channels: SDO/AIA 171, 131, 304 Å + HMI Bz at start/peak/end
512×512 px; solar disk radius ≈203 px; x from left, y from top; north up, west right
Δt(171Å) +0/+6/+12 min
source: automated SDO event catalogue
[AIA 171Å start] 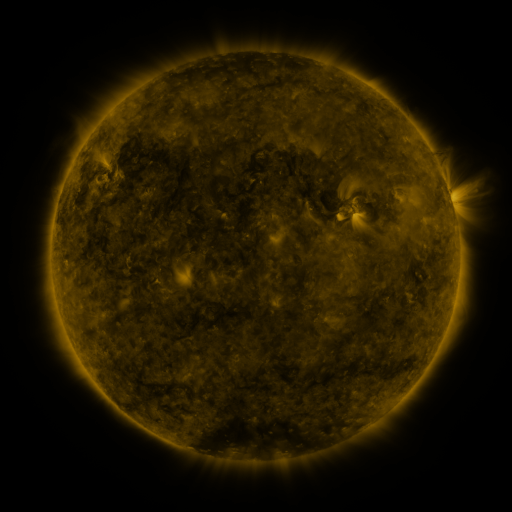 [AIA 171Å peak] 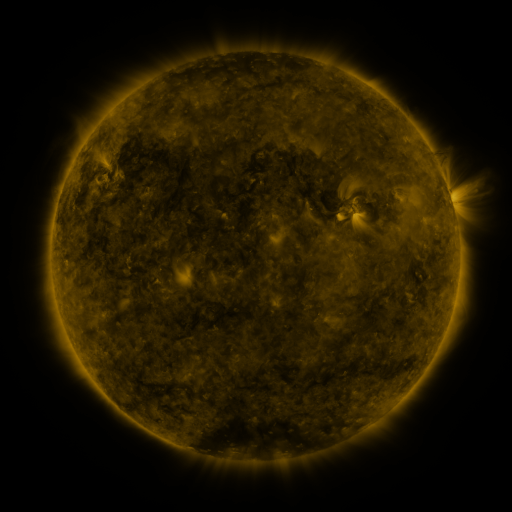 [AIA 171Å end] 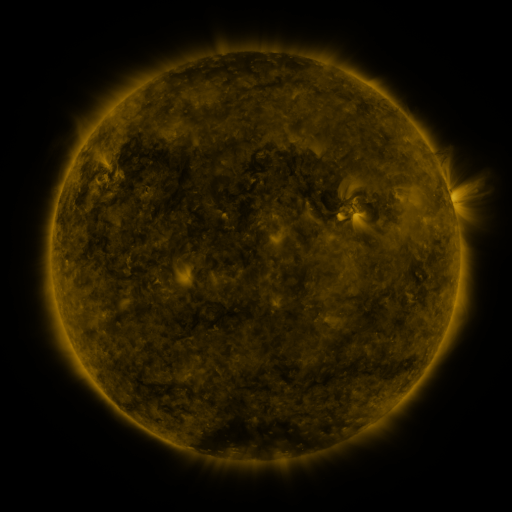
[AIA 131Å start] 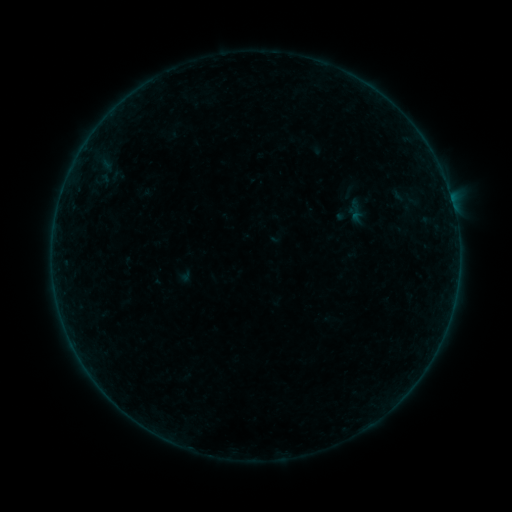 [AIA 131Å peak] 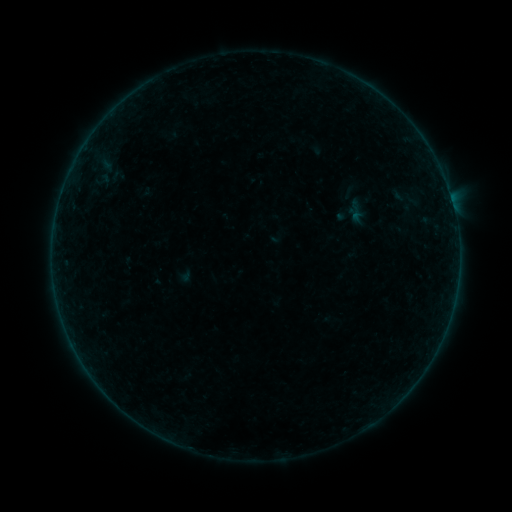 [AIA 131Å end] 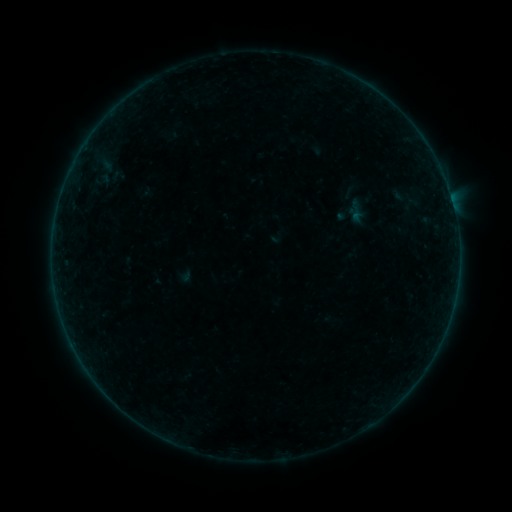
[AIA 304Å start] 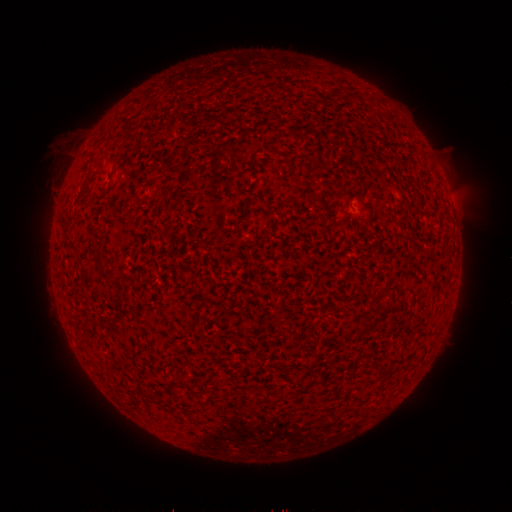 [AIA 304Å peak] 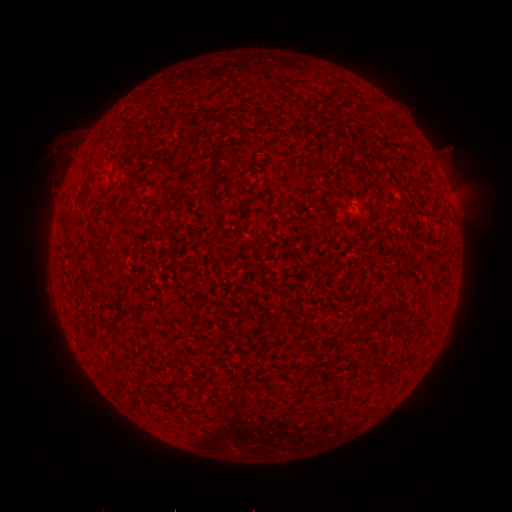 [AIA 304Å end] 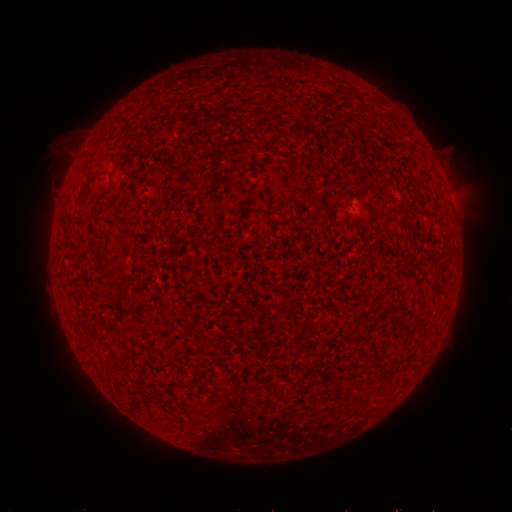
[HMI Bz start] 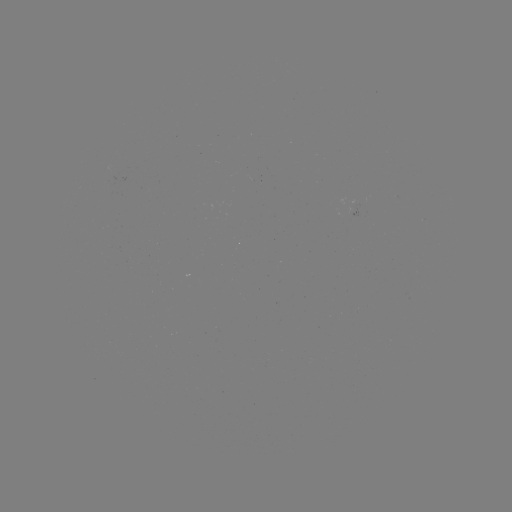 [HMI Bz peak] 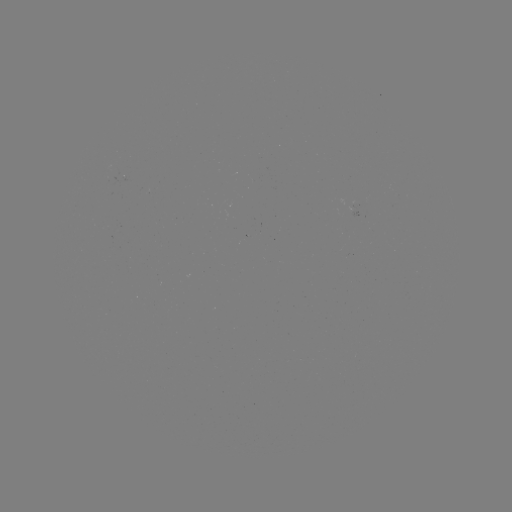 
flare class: B1.9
